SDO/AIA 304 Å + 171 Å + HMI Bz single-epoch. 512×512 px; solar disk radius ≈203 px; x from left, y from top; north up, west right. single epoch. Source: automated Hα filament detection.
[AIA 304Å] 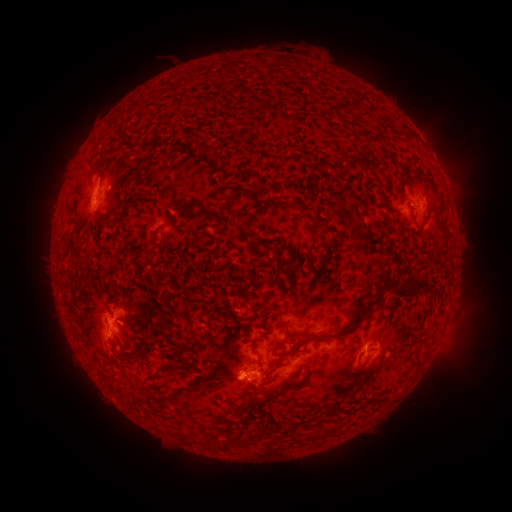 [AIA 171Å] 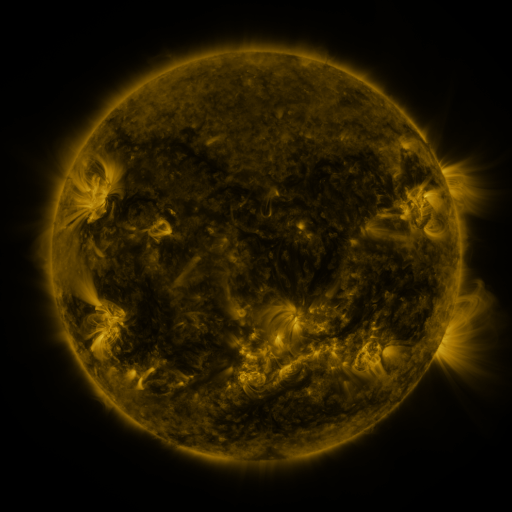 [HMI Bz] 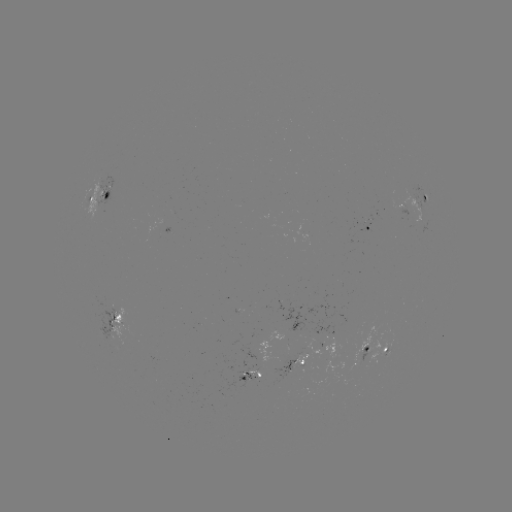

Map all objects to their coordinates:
filament: (348, 158, 361, 174)
filament: (228, 207, 236, 221)
filament: (416, 222, 428, 232)
filament: (363, 298, 378, 309)
filament: (295, 310, 366, 344)
filament: (156, 326, 165, 335)
filament: (141, 344, 152, 355)
filament: (271, 352, 283, 369)
filament: (125, 354, 137, 363)
